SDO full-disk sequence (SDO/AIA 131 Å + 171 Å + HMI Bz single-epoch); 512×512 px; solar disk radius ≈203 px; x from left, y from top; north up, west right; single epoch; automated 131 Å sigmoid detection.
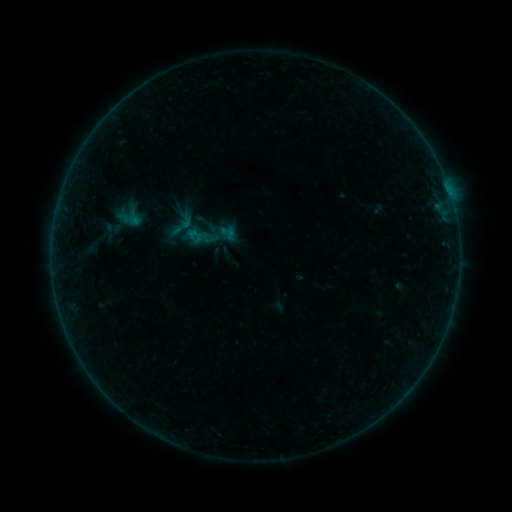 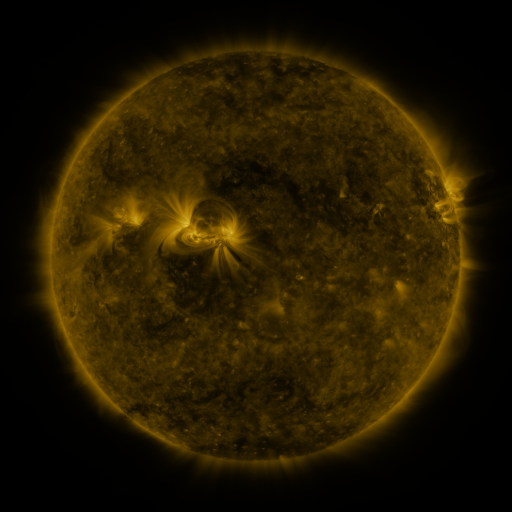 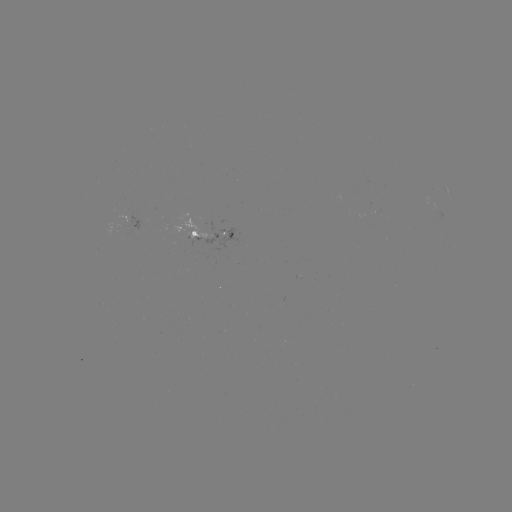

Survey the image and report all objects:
sigmoid: (181, 227)
sigmoid: (210, 235)
